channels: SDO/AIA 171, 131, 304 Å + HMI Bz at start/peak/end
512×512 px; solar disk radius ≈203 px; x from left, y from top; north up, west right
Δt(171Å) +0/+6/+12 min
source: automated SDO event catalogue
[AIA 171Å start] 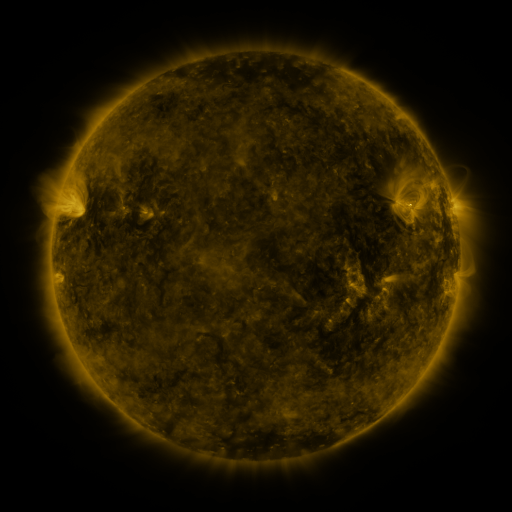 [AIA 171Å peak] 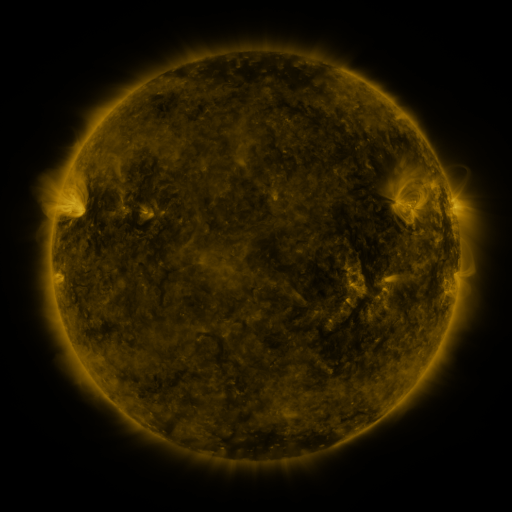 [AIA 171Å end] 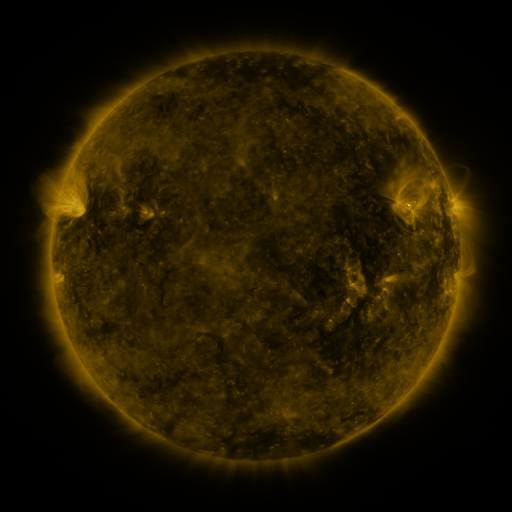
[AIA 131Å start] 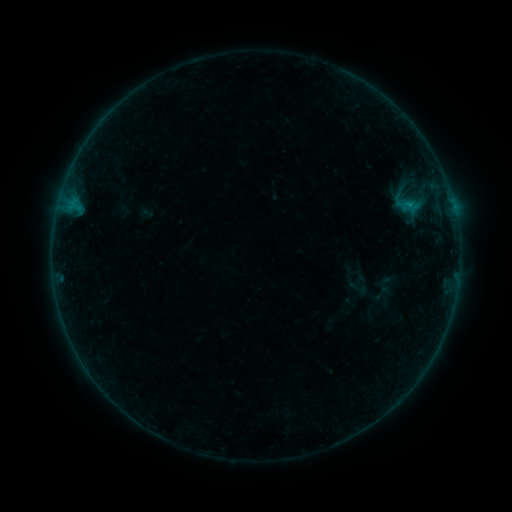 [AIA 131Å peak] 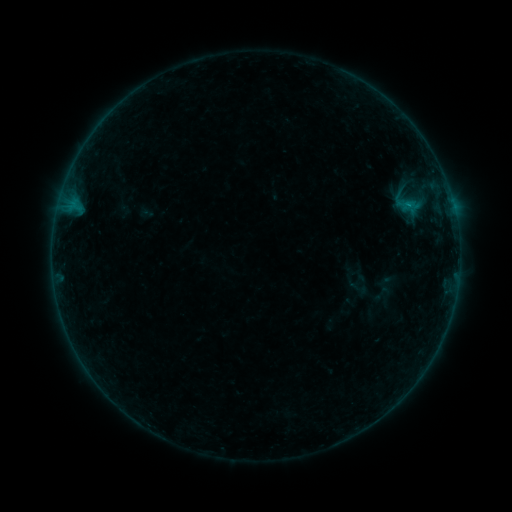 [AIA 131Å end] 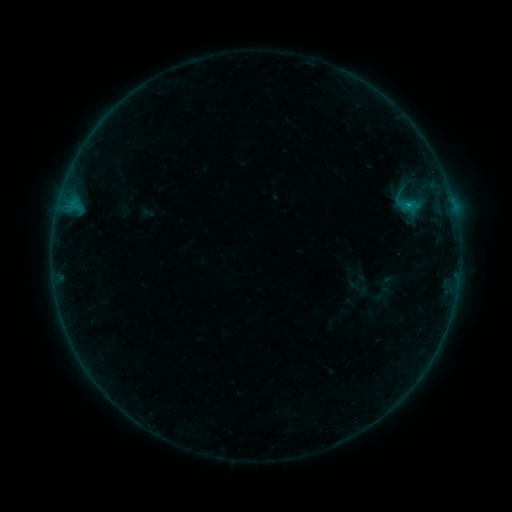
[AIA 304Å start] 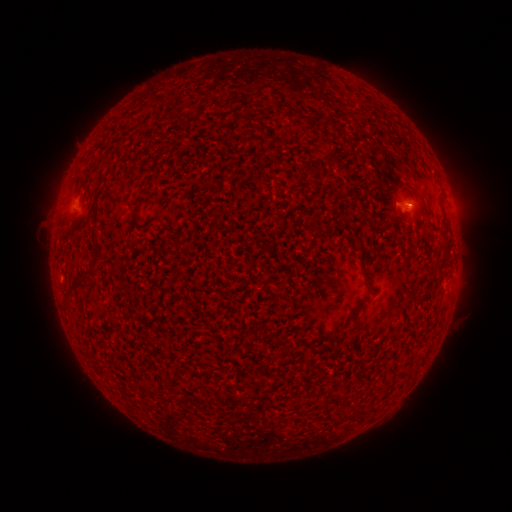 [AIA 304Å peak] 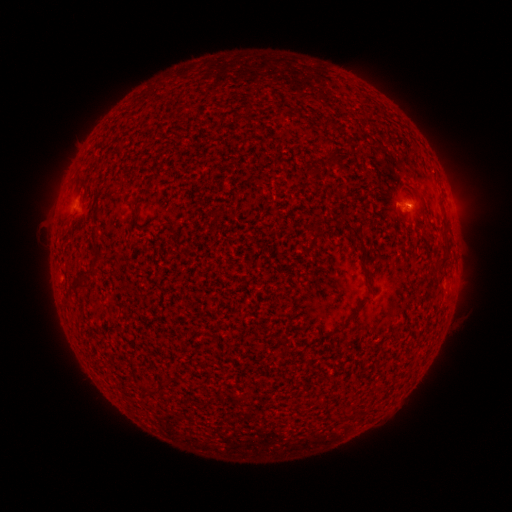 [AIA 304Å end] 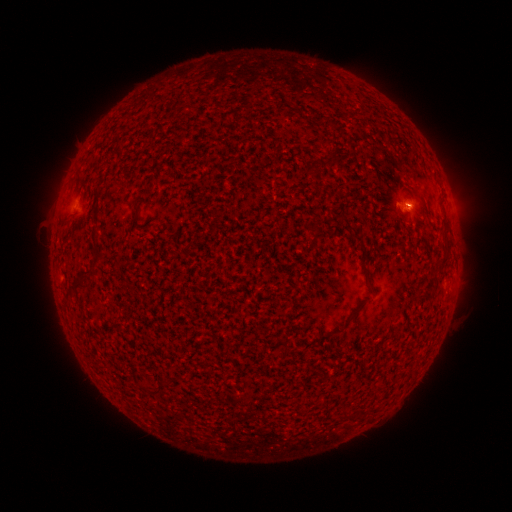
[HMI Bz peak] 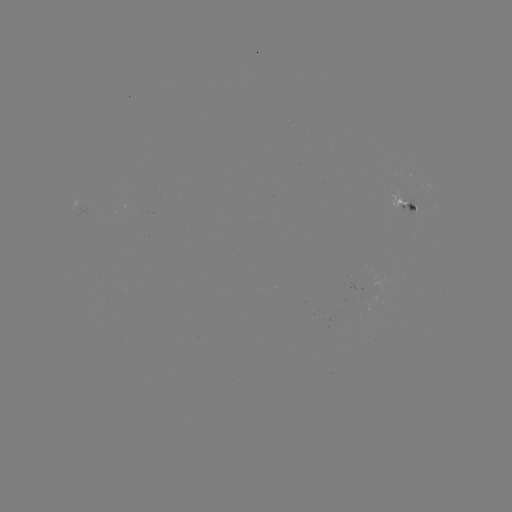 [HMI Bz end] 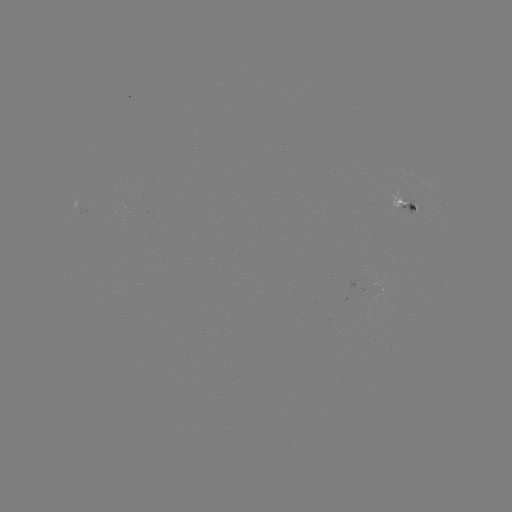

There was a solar flare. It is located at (408, 207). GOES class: B2.2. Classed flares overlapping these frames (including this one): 1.